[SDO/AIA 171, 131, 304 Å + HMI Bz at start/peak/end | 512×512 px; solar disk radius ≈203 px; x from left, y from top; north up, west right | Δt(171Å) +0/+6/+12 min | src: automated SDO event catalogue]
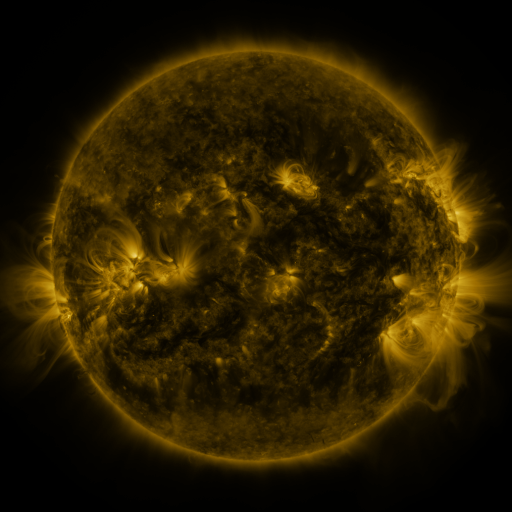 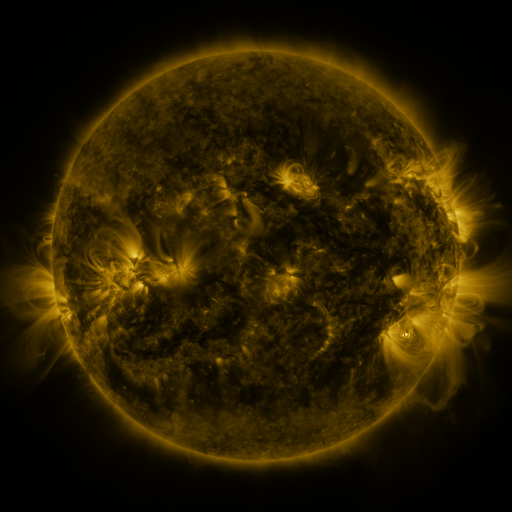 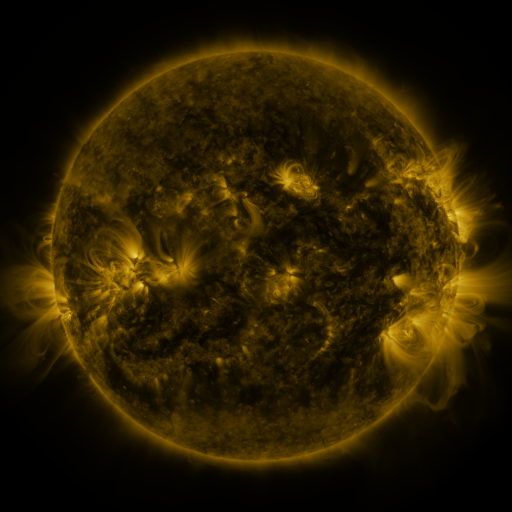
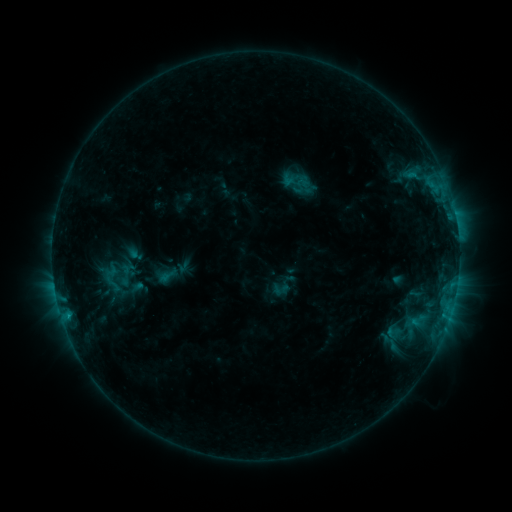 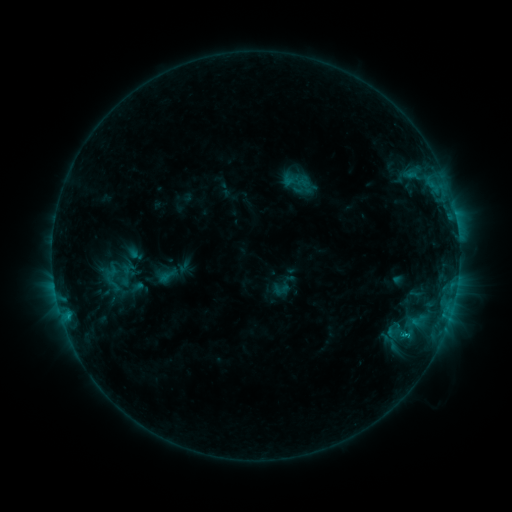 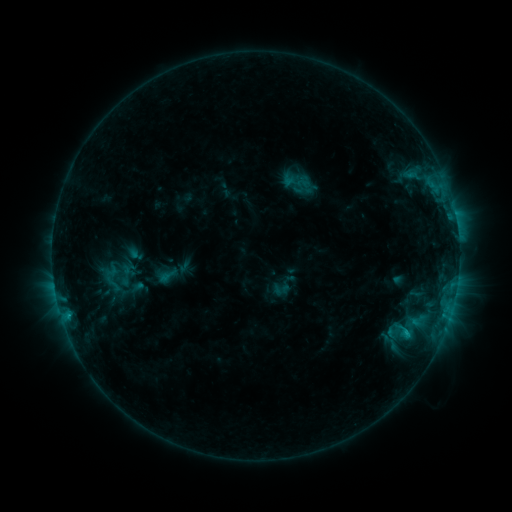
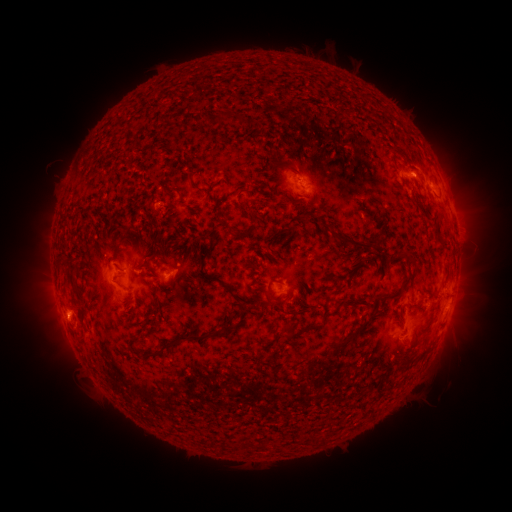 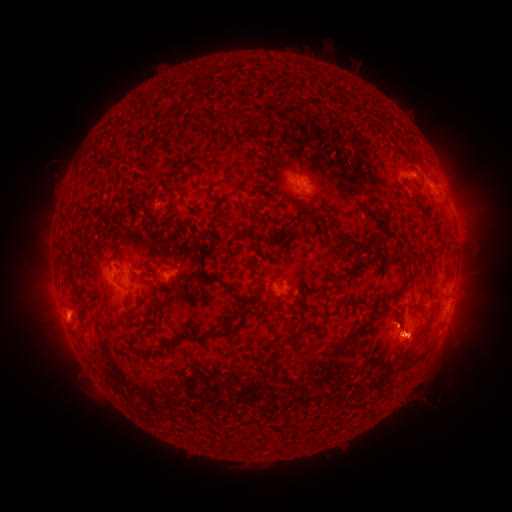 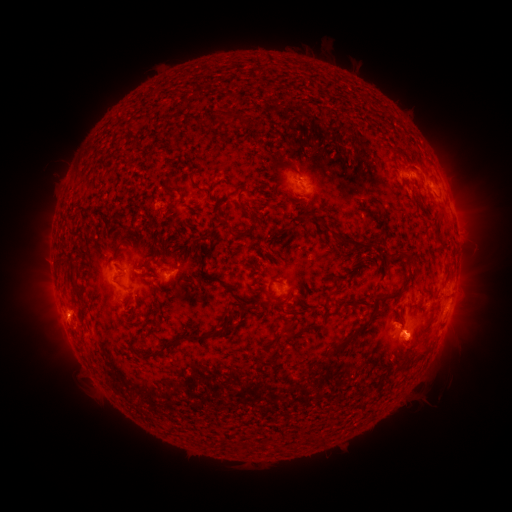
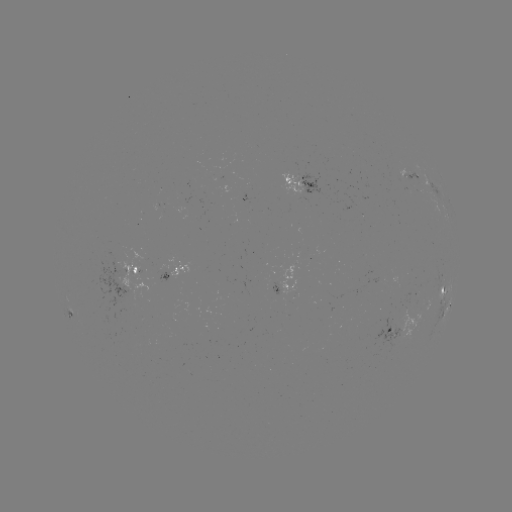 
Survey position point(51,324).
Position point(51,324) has eruption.